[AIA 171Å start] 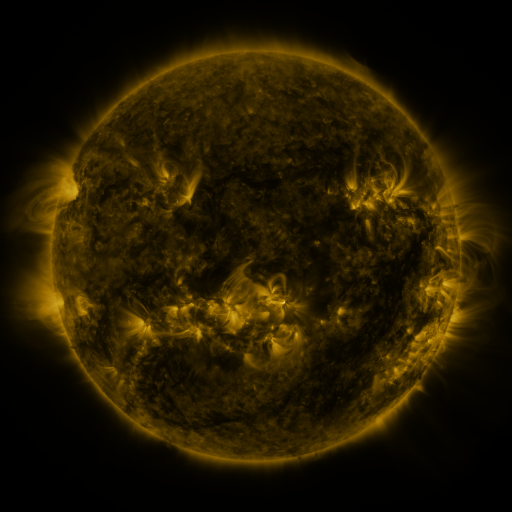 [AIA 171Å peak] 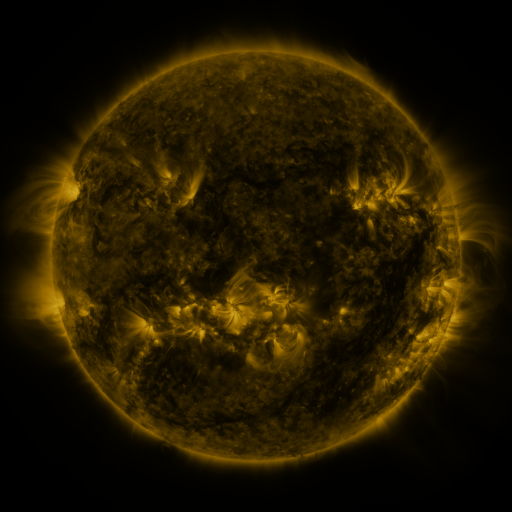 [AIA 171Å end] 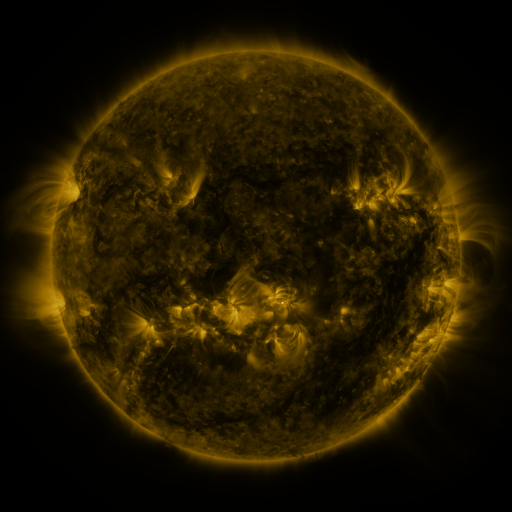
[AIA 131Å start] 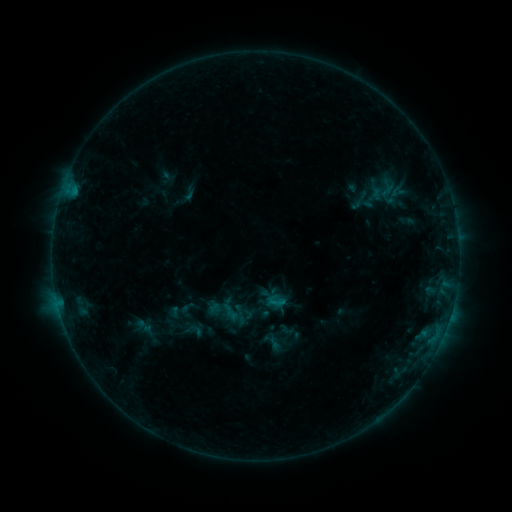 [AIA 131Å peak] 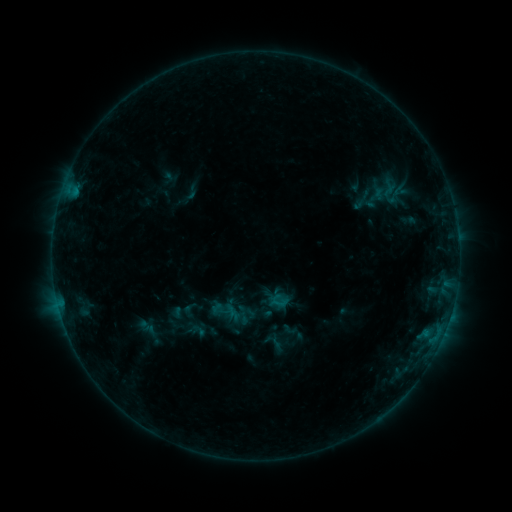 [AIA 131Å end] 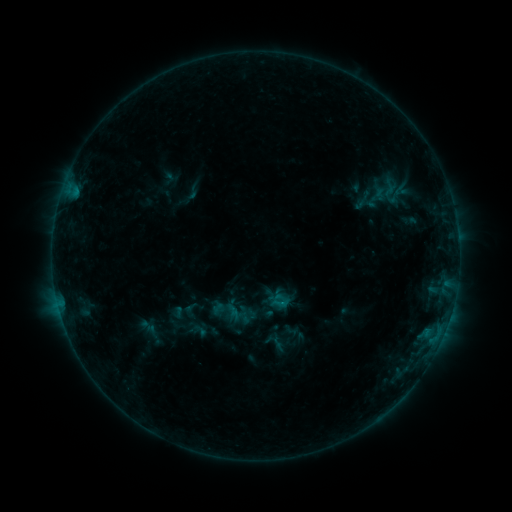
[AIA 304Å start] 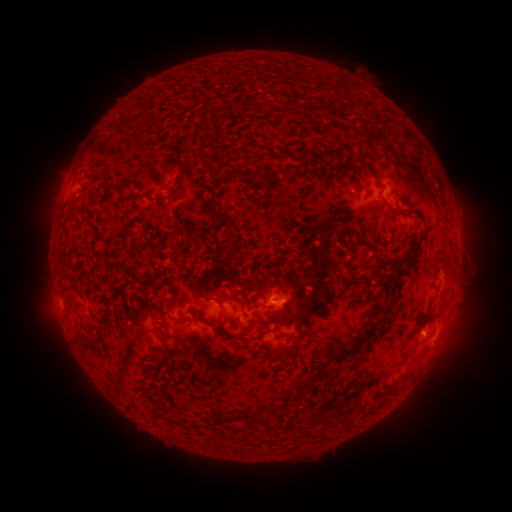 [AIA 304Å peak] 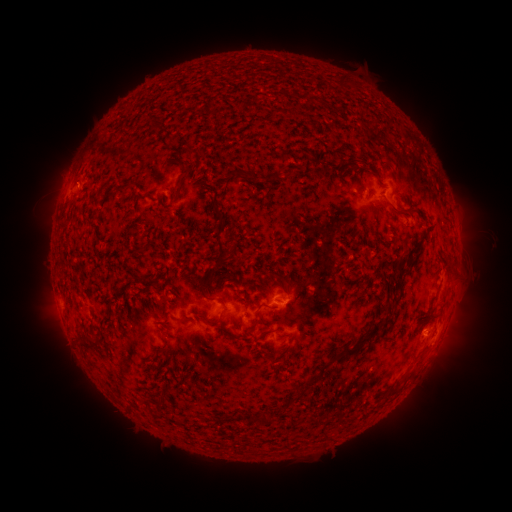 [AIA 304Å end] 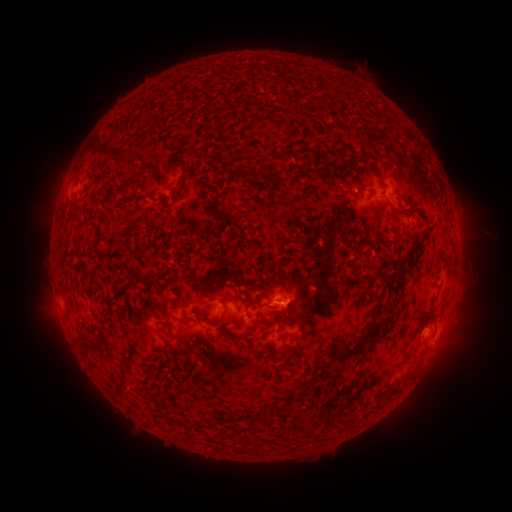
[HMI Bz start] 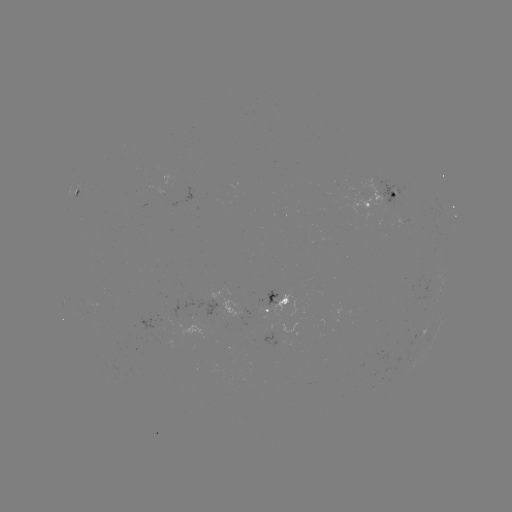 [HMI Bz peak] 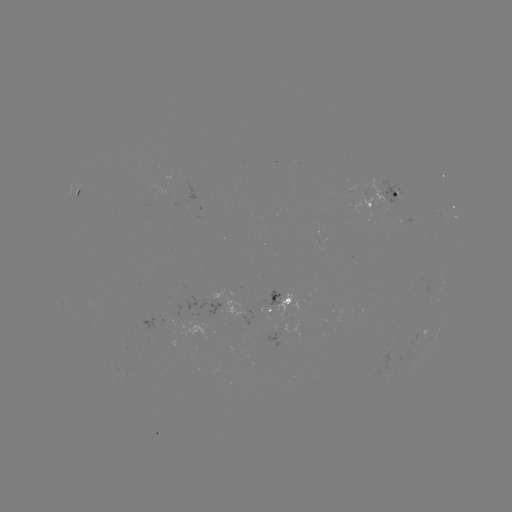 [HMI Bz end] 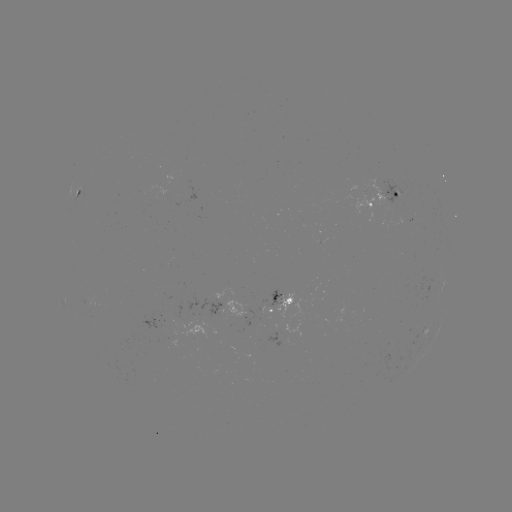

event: emerging-flux region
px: (390, 224)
